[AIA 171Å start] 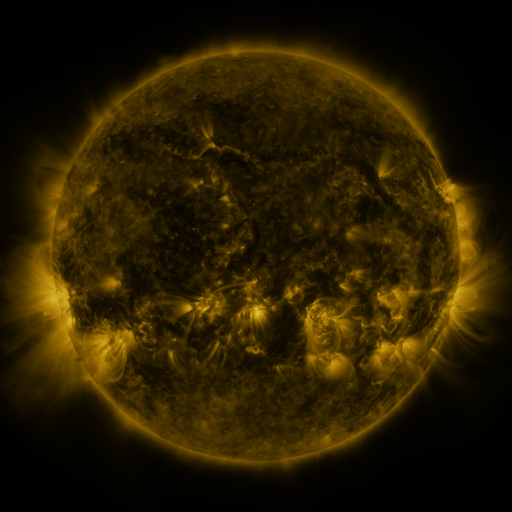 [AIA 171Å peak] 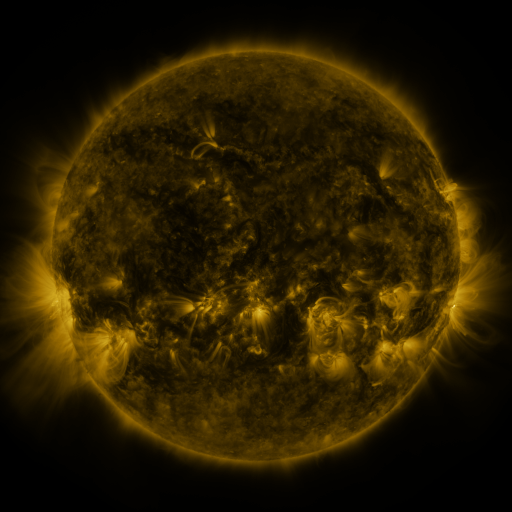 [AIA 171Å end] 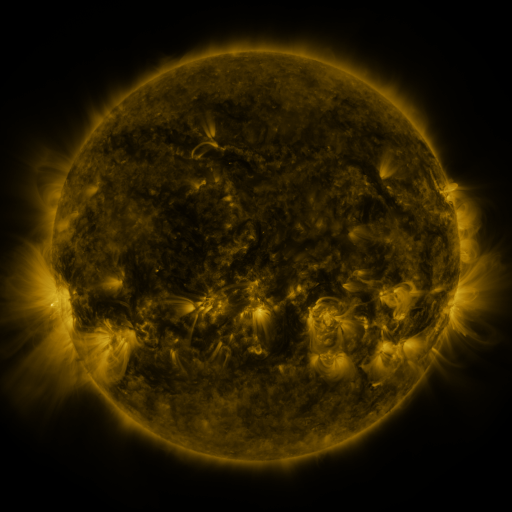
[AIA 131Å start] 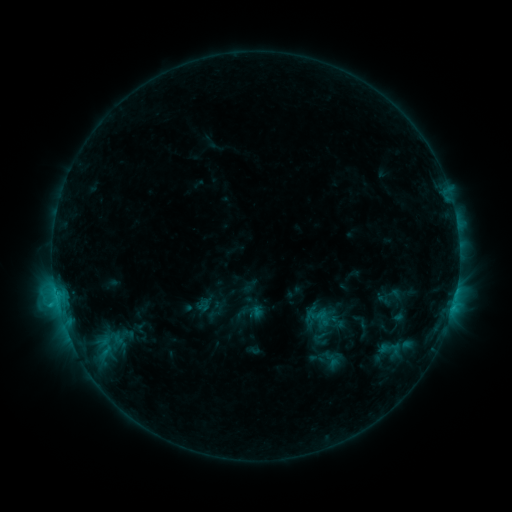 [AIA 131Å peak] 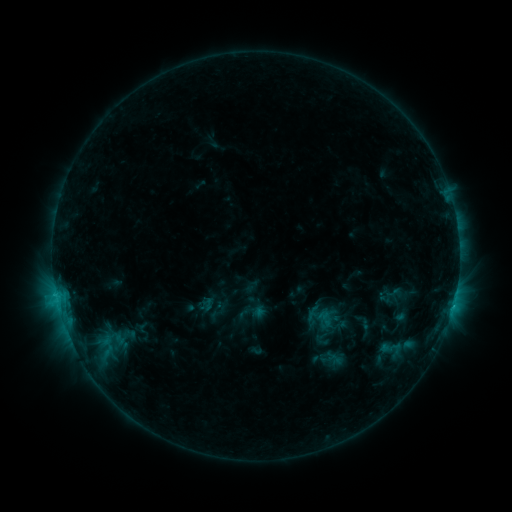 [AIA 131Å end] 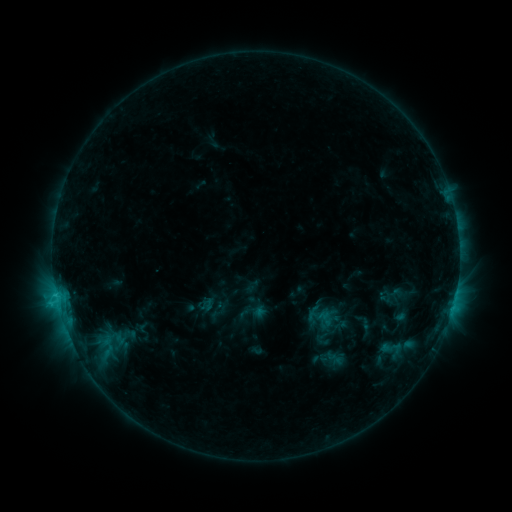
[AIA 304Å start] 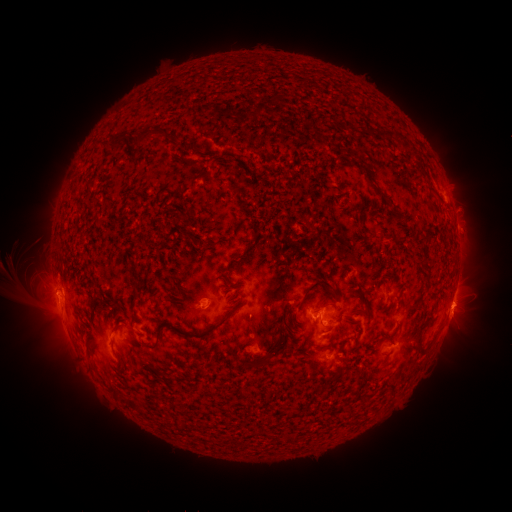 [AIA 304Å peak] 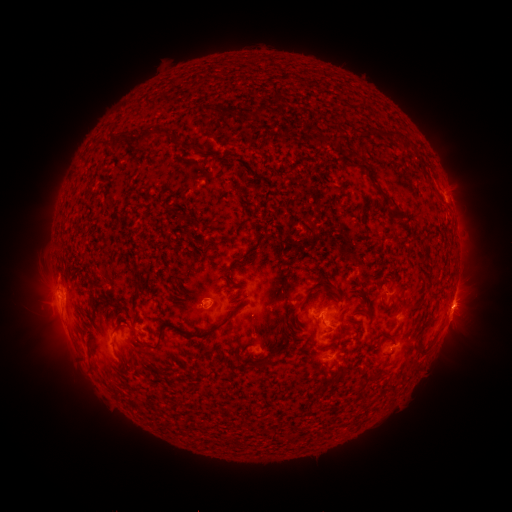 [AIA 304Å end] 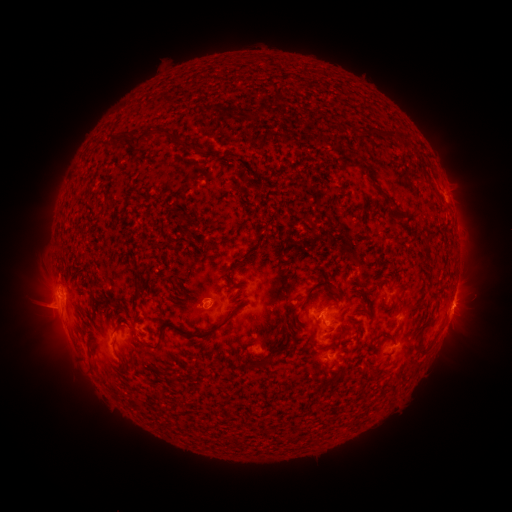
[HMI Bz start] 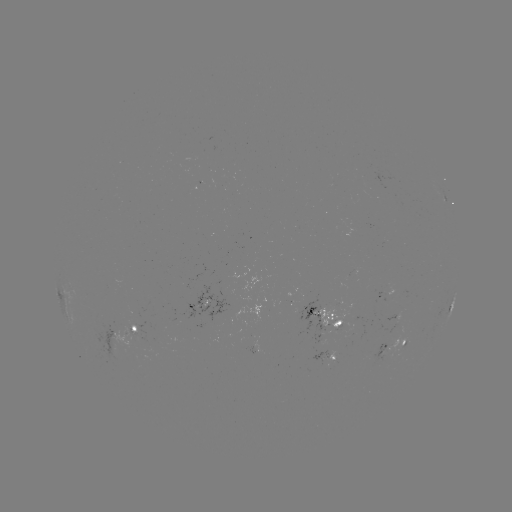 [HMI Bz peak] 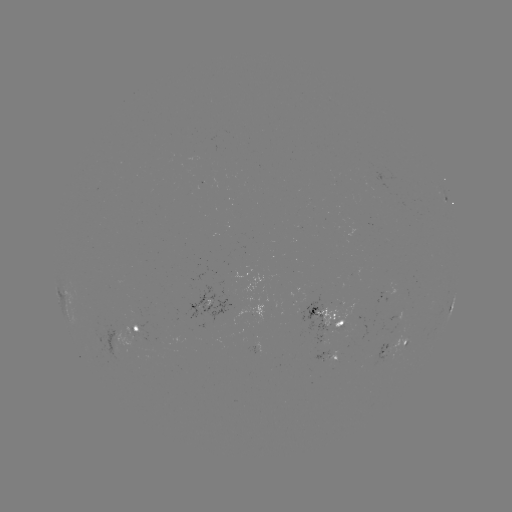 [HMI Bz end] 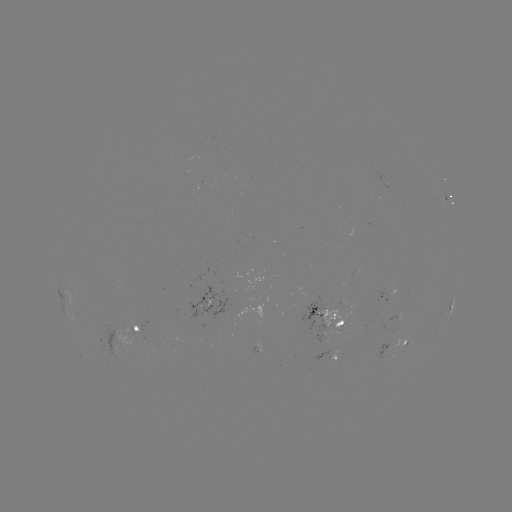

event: emerging-flux region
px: (331, 357)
